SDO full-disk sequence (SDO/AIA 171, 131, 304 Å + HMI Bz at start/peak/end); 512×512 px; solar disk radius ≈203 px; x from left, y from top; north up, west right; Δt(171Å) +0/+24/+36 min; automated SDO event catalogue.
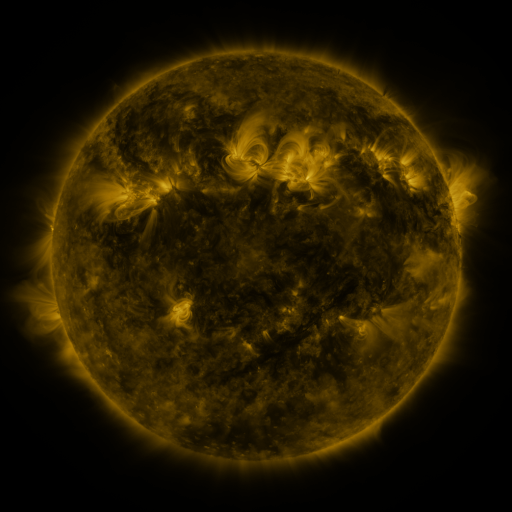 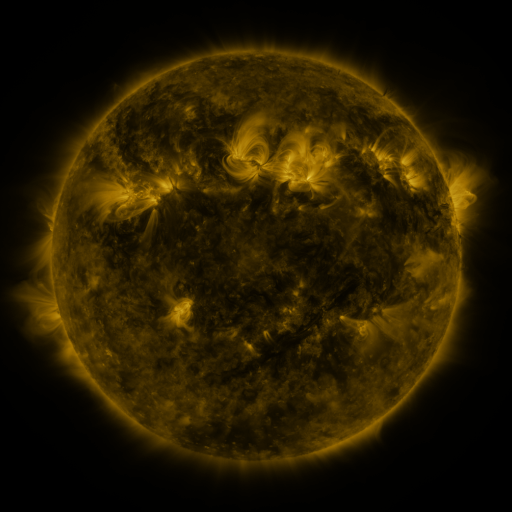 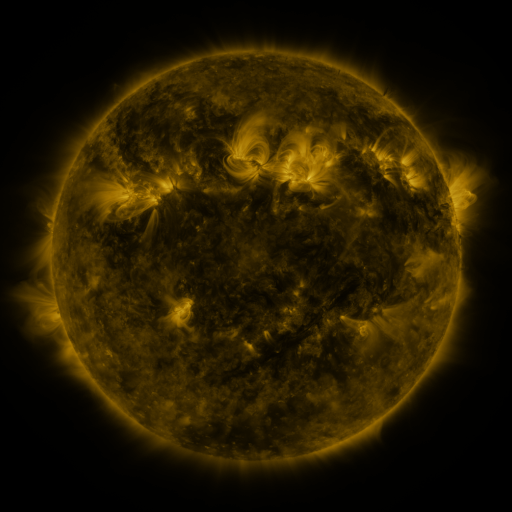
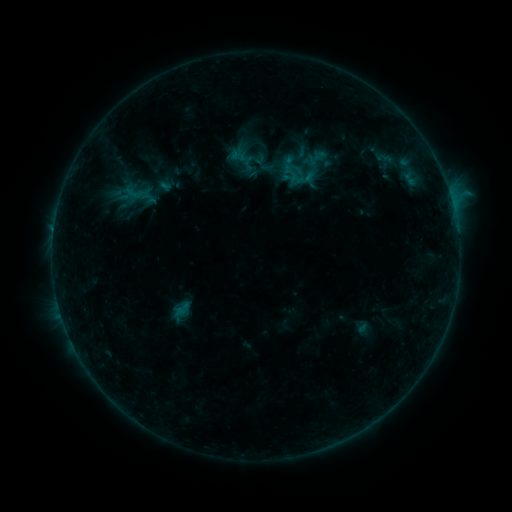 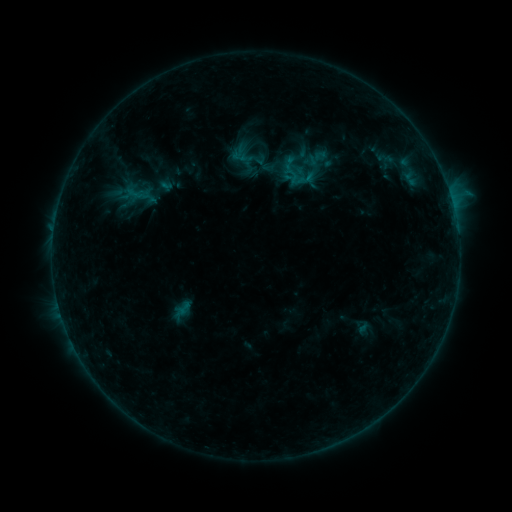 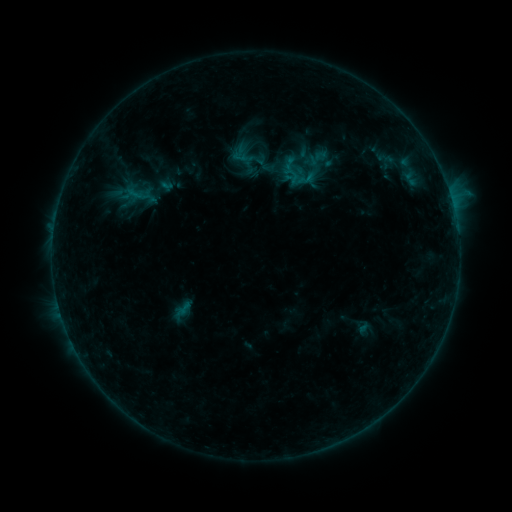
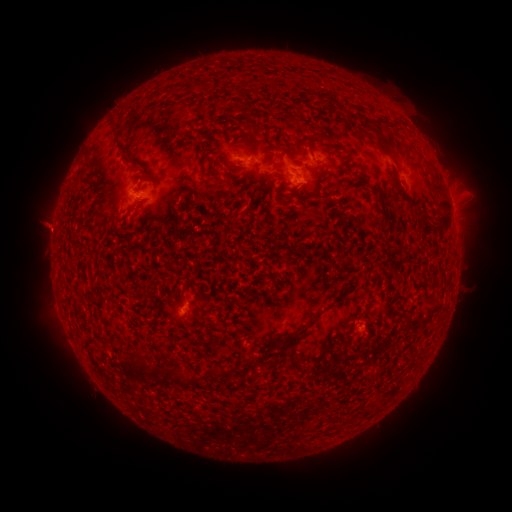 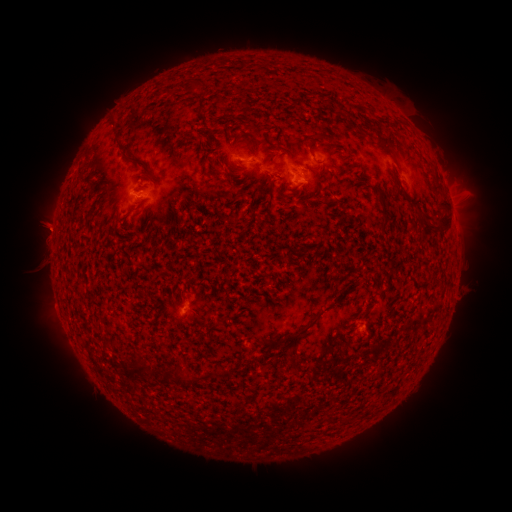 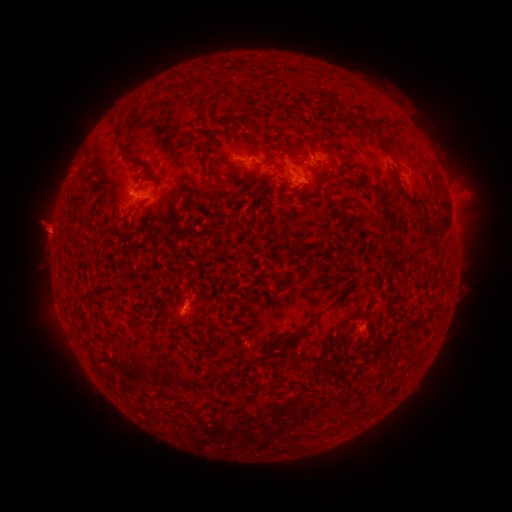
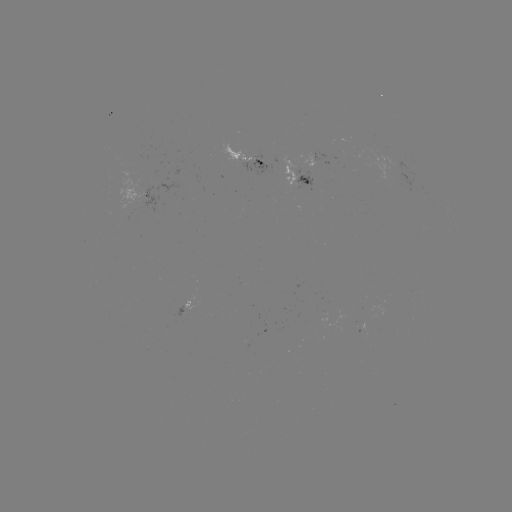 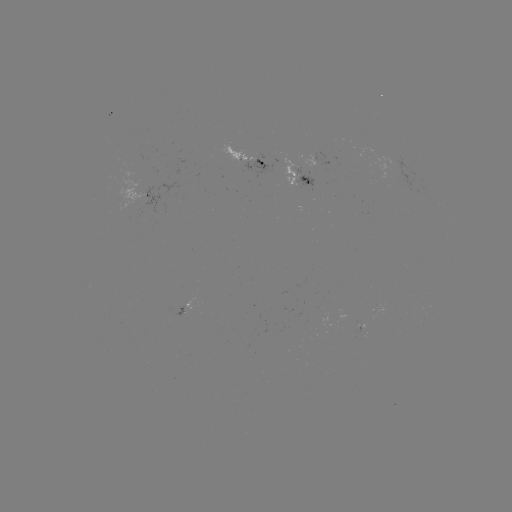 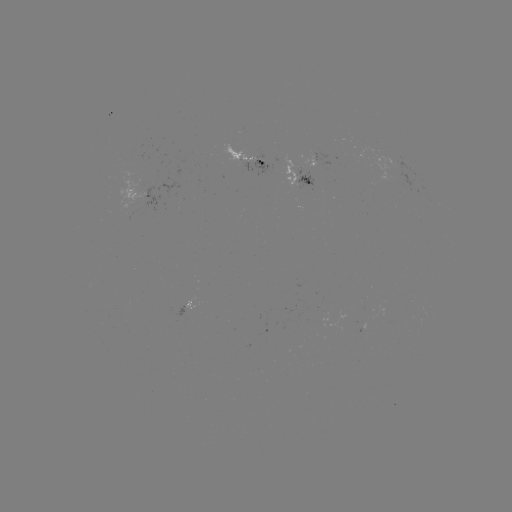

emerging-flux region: (240, 154, 251, 163)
